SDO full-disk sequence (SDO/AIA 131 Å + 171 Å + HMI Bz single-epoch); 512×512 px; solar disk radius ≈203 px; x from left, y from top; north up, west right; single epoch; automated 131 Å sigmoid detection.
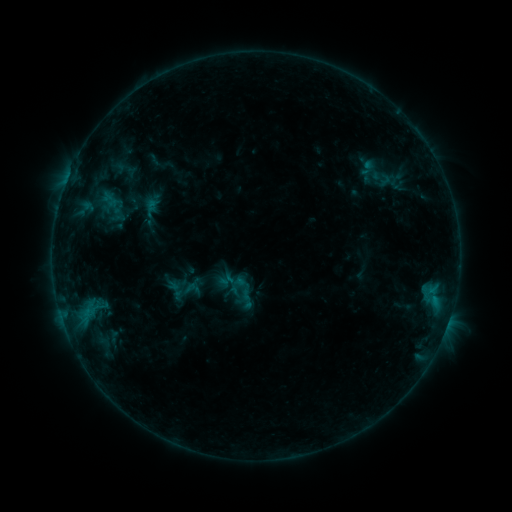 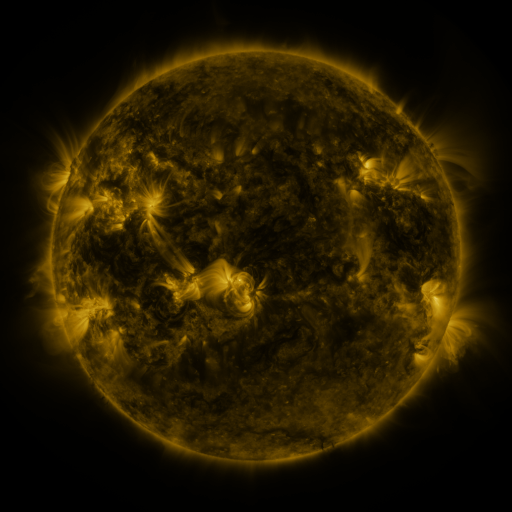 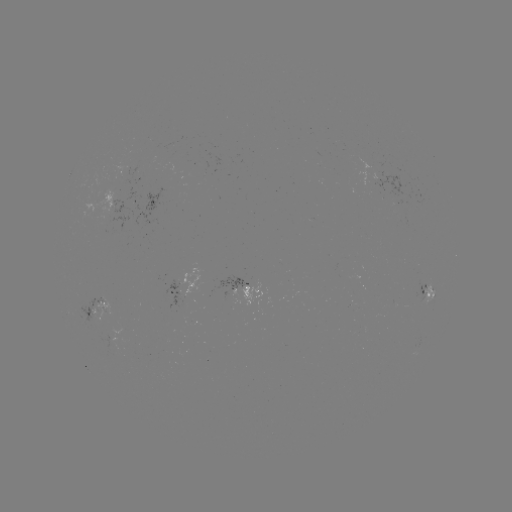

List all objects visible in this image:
sigmoid: (366, 165, 397, 192)
sigmoid: (184, 280, 203, 296)
